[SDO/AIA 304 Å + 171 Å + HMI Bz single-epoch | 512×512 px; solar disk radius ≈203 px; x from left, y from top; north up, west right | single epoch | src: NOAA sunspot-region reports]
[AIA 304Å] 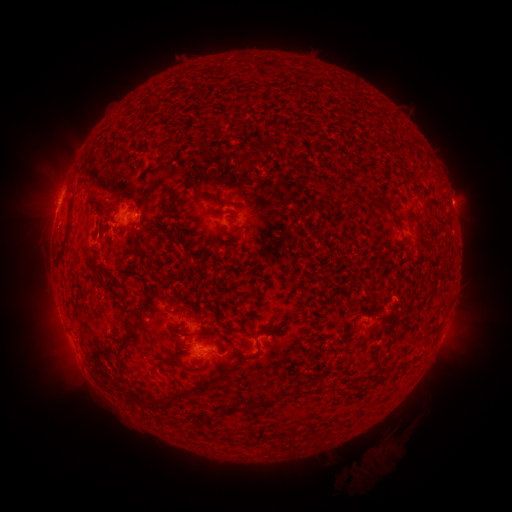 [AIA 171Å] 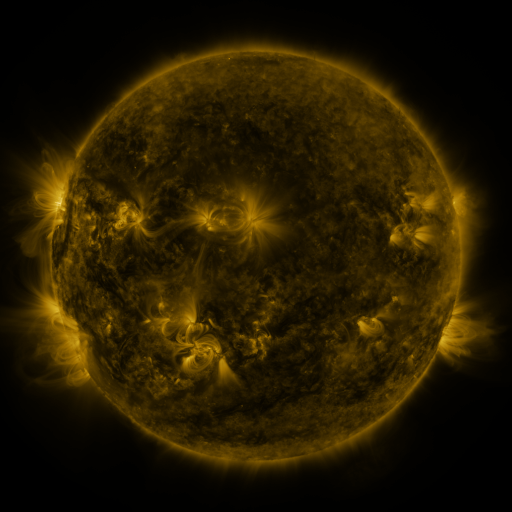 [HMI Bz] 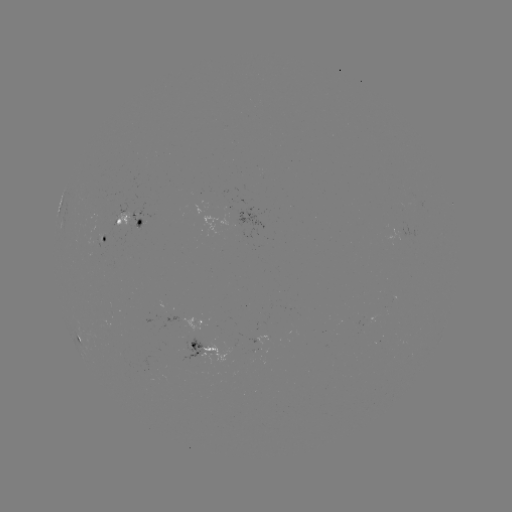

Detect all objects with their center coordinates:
spotted active region: (125, 222)
spotted active region: (101, 235)
spotted active region: (201, 319)
spotted active region: (266, 336)
spotted active region: (207, 345)
